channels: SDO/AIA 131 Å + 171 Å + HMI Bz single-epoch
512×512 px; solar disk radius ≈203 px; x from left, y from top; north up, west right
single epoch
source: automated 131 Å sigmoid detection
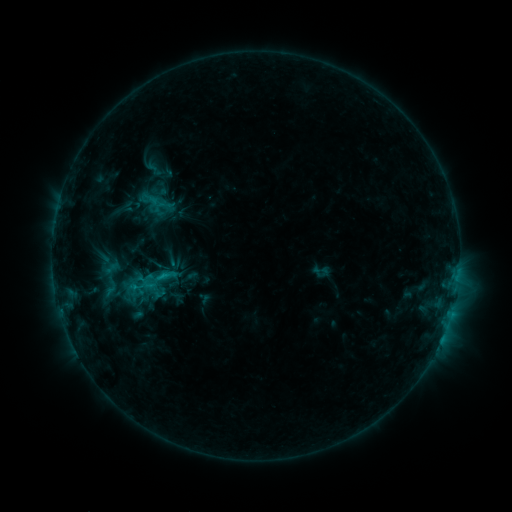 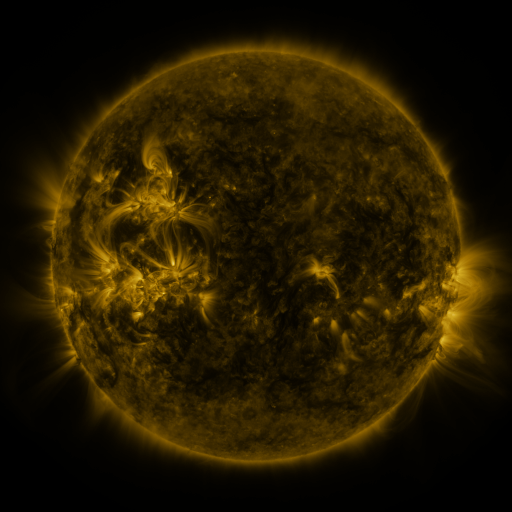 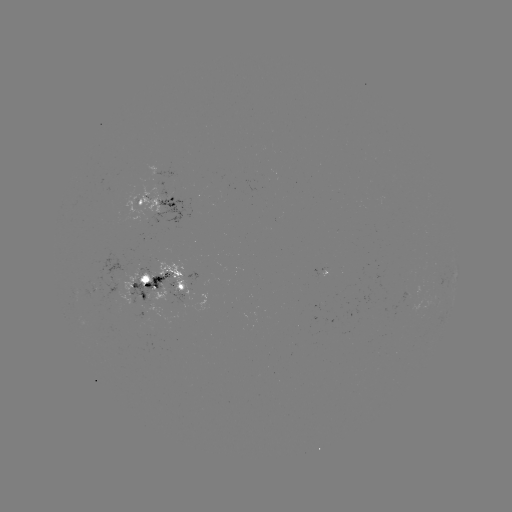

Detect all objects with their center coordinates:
sigmoid: (165, 275)
